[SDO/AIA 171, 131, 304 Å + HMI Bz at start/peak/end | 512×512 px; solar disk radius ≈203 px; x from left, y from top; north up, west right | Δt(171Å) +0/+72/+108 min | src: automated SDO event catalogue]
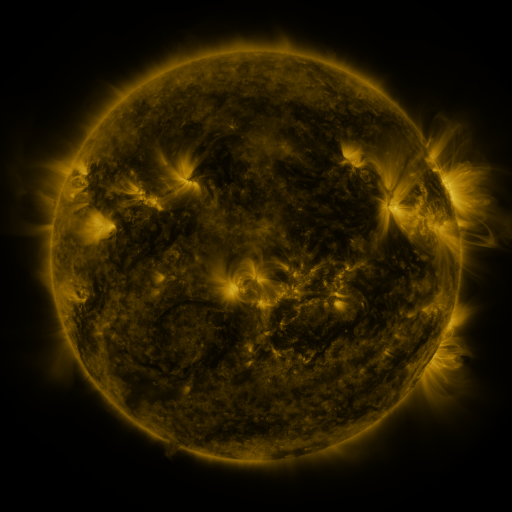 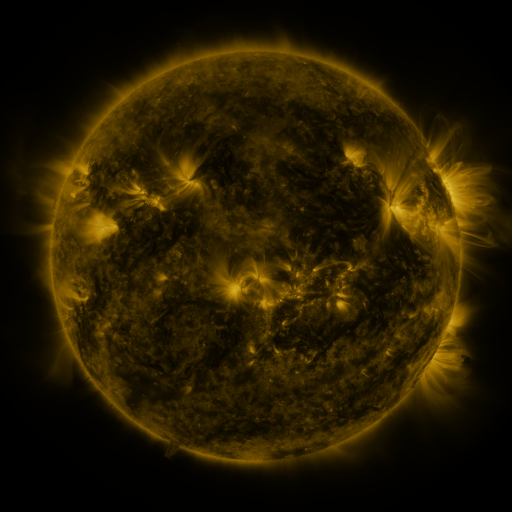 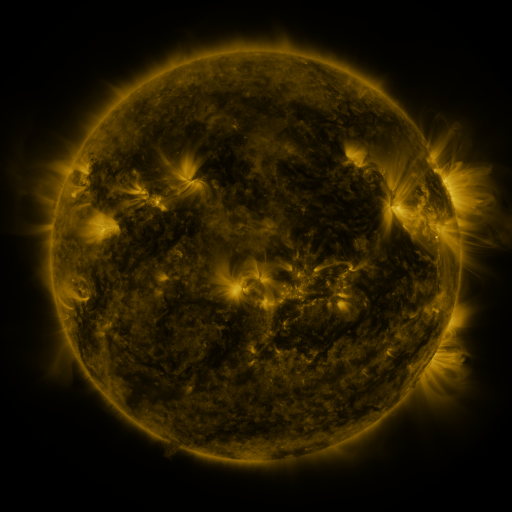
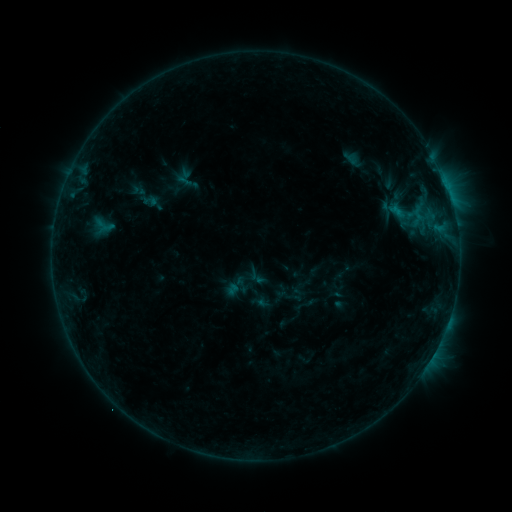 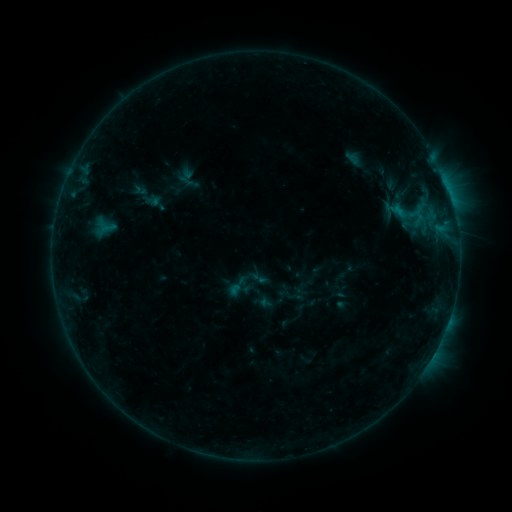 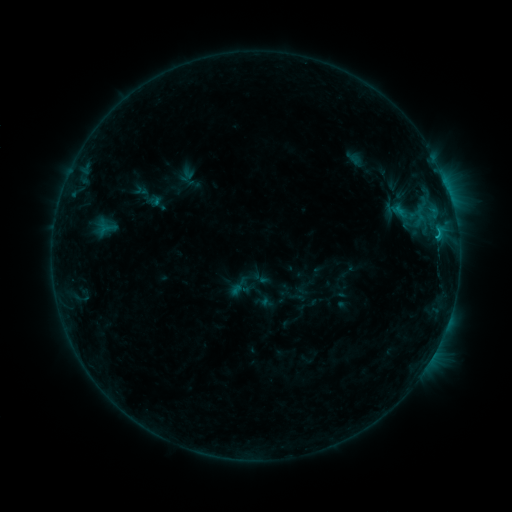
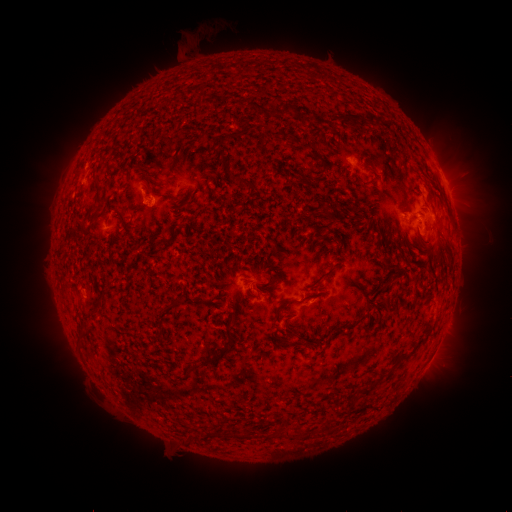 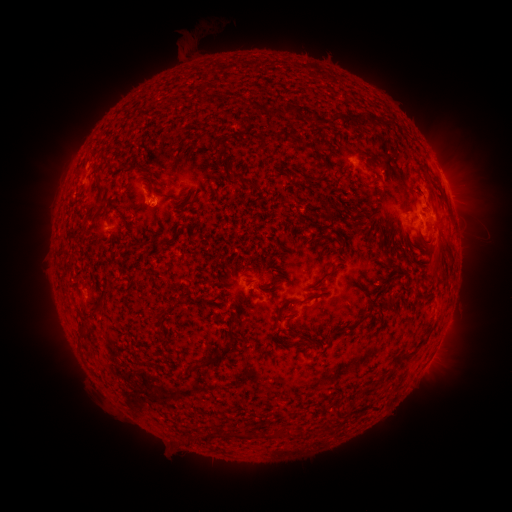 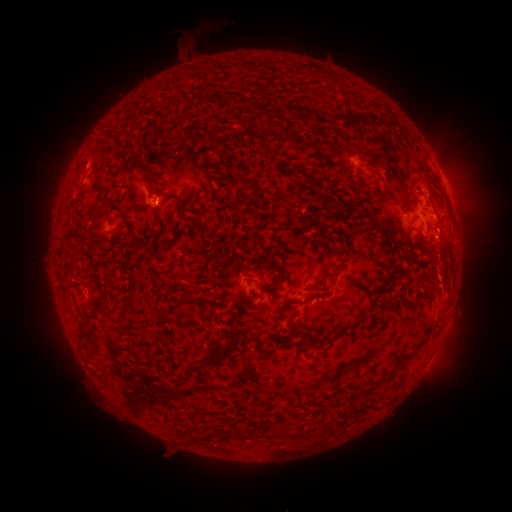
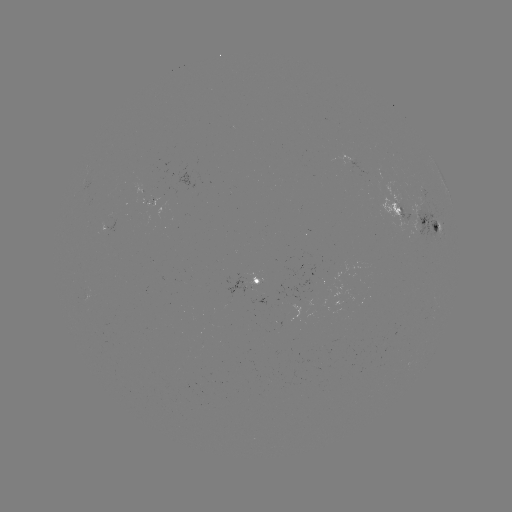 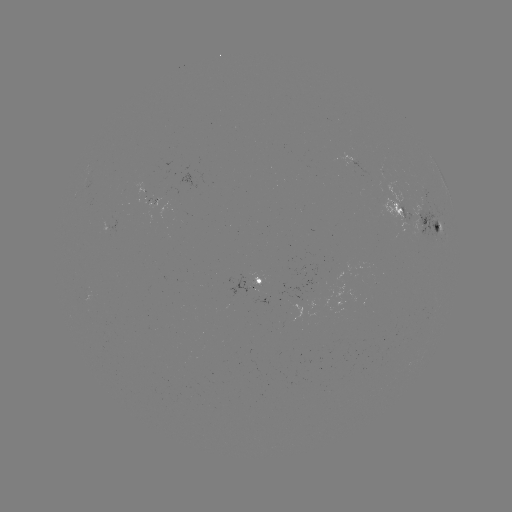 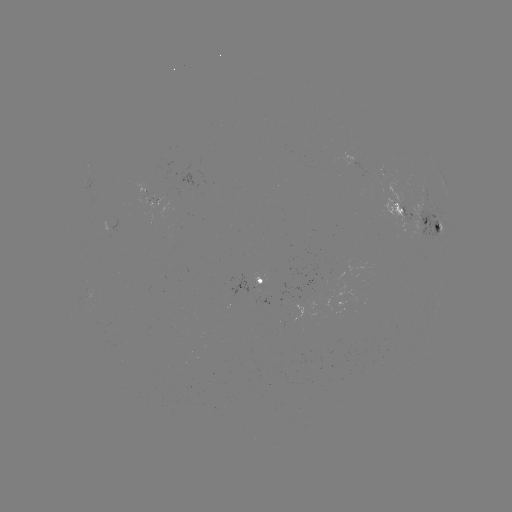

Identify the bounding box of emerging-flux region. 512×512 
[374, 167, 387, 182].